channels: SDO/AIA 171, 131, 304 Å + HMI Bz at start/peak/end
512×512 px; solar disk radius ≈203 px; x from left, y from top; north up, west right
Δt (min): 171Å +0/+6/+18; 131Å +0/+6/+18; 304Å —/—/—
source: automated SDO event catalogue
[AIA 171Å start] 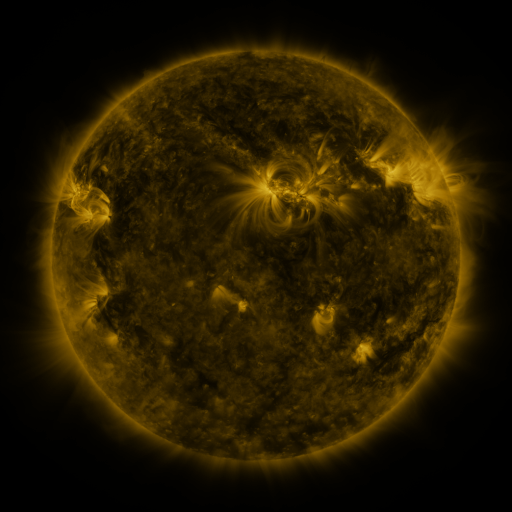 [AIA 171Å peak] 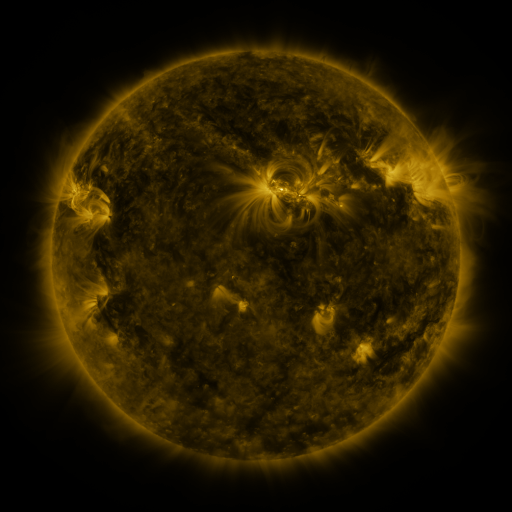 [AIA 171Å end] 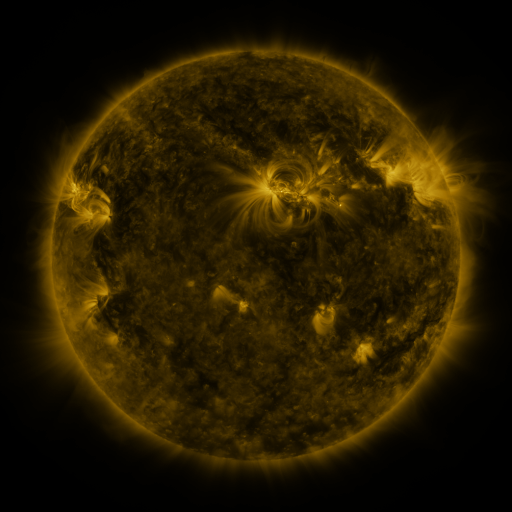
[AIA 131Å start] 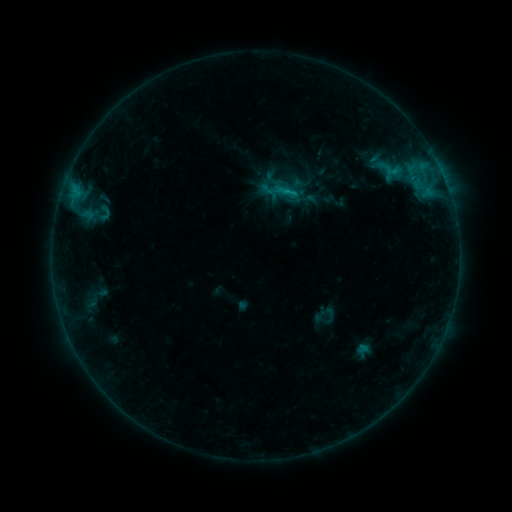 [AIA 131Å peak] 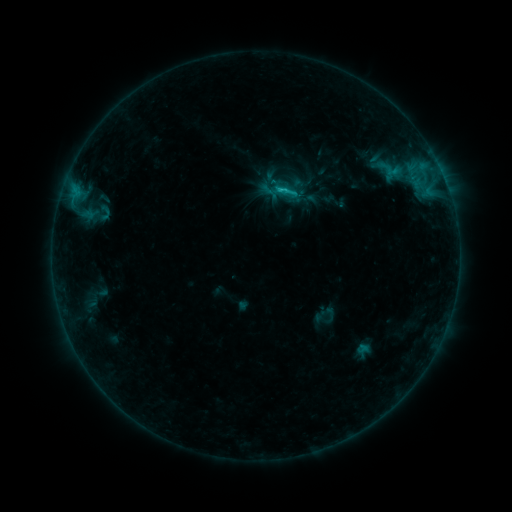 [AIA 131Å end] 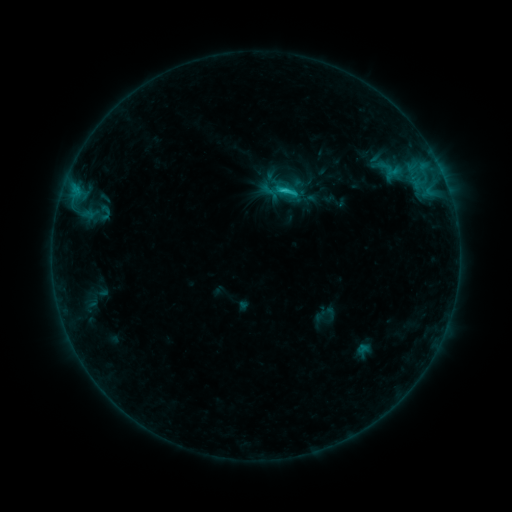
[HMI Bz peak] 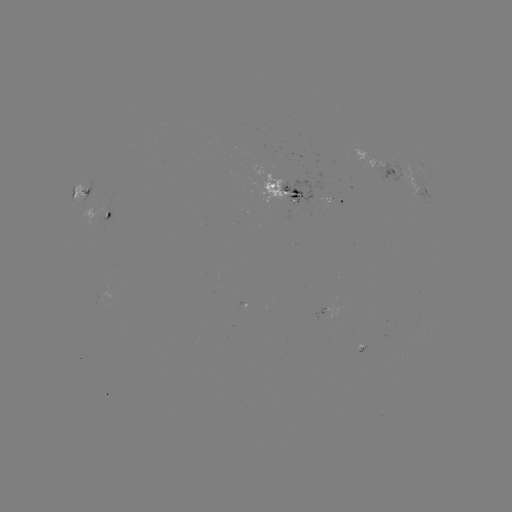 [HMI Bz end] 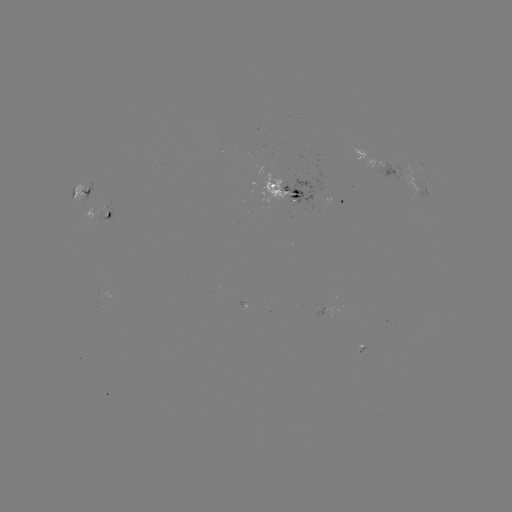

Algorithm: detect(C2.4 flare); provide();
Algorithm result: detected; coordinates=[280, 190]